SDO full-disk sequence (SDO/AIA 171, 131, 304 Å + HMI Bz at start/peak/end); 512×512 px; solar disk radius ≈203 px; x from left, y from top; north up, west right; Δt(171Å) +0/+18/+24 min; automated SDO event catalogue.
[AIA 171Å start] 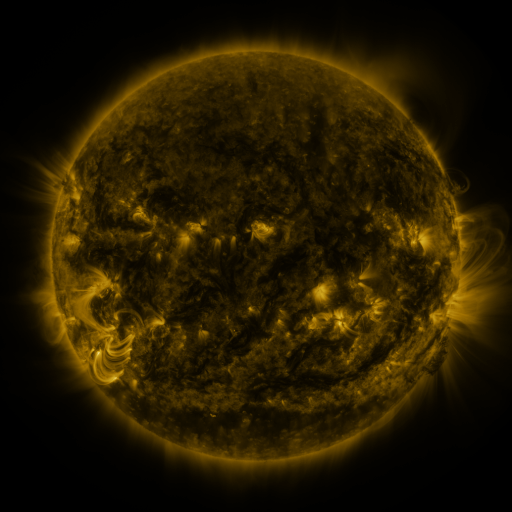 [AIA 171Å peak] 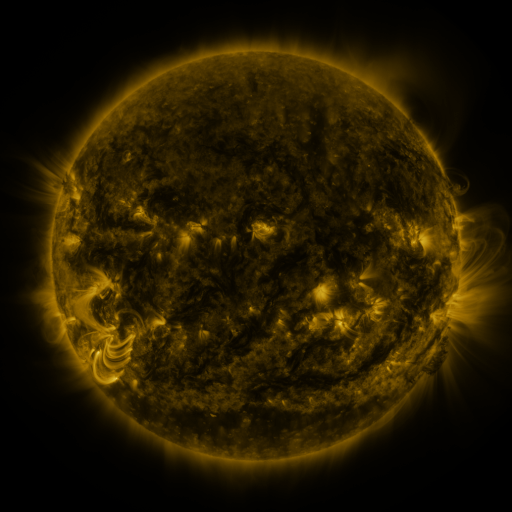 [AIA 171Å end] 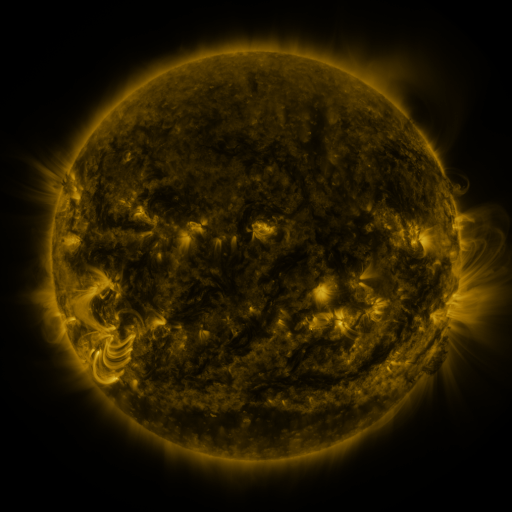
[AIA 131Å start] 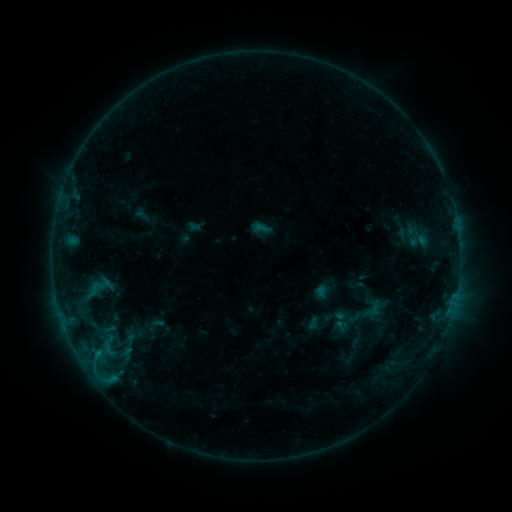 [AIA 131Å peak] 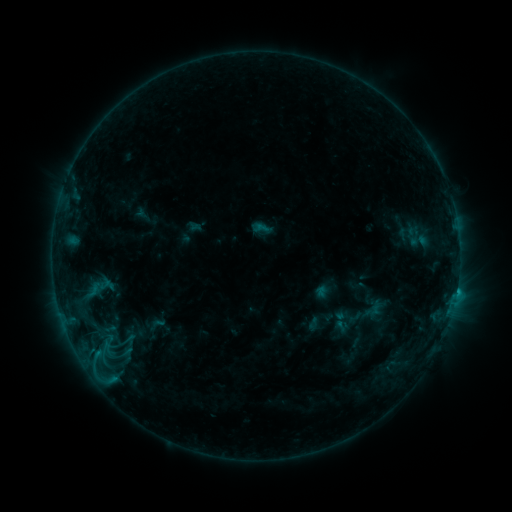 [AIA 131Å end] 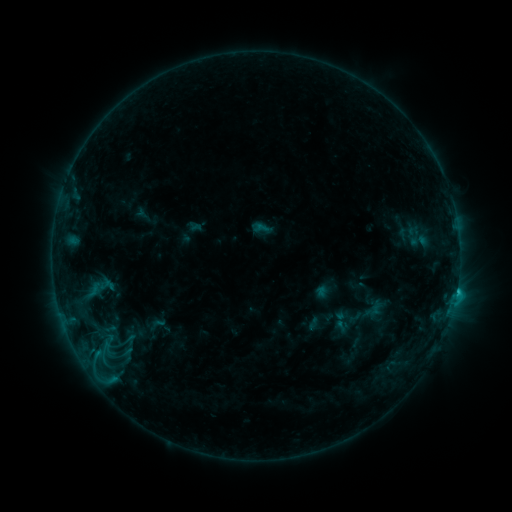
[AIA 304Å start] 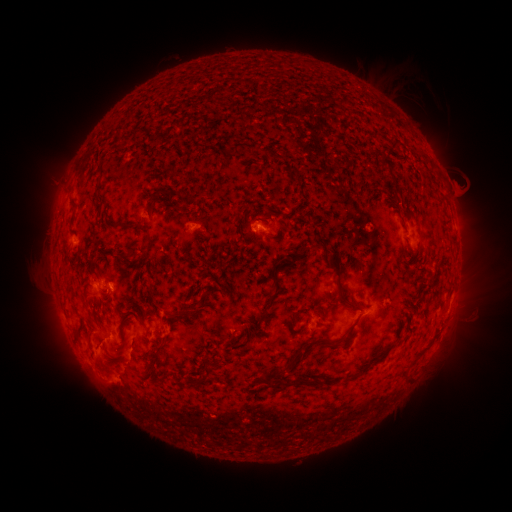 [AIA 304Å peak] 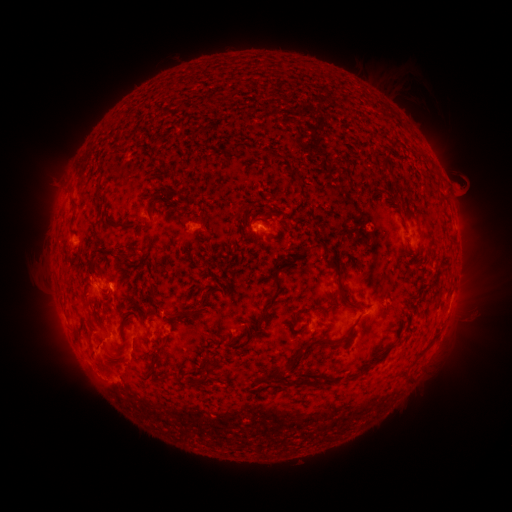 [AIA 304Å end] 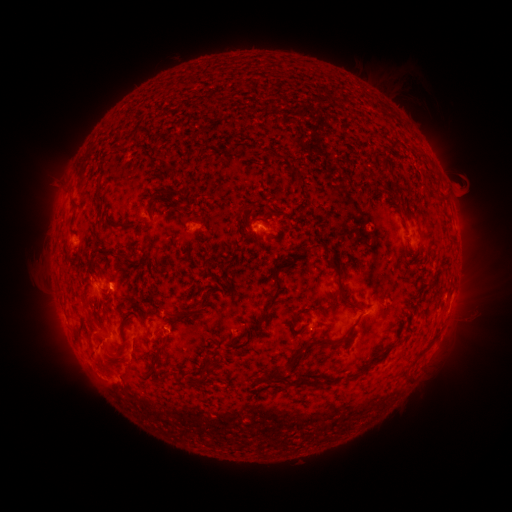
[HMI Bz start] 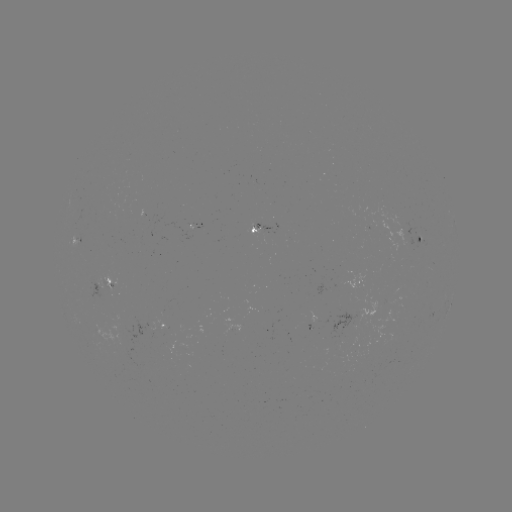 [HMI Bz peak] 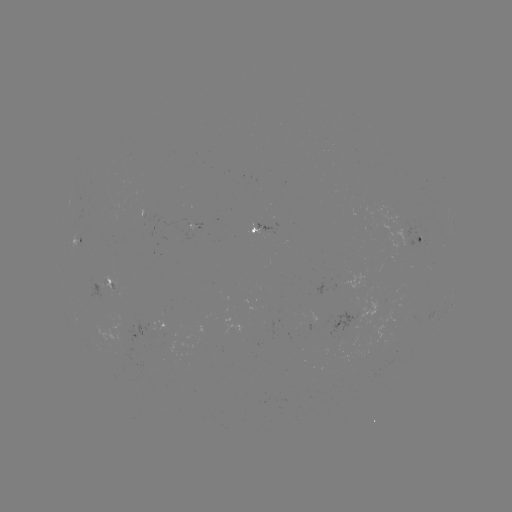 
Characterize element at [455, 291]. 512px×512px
C4.5 flare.